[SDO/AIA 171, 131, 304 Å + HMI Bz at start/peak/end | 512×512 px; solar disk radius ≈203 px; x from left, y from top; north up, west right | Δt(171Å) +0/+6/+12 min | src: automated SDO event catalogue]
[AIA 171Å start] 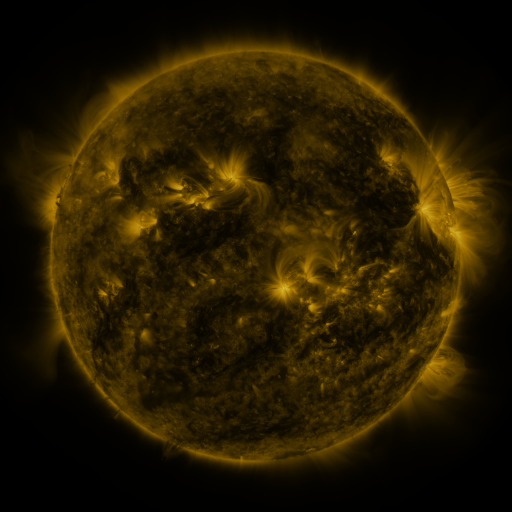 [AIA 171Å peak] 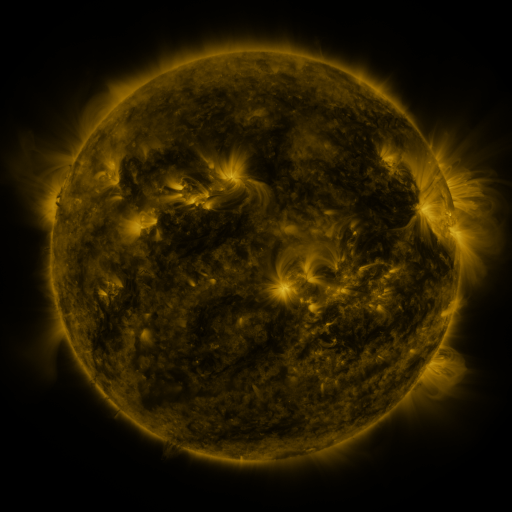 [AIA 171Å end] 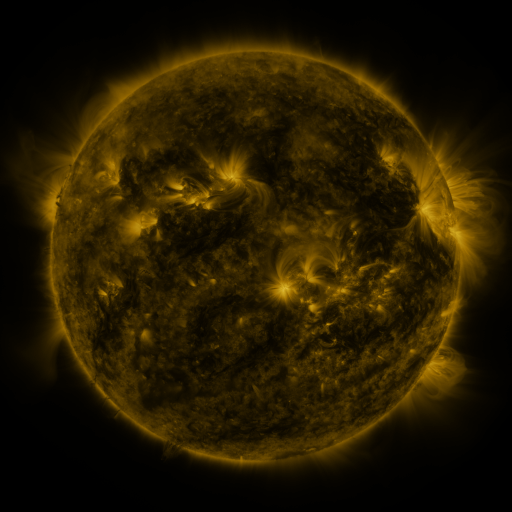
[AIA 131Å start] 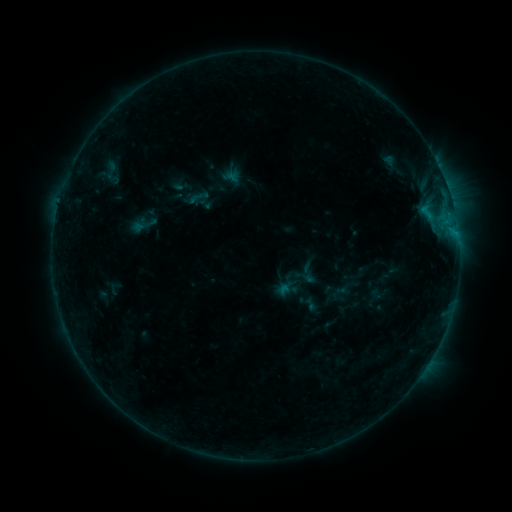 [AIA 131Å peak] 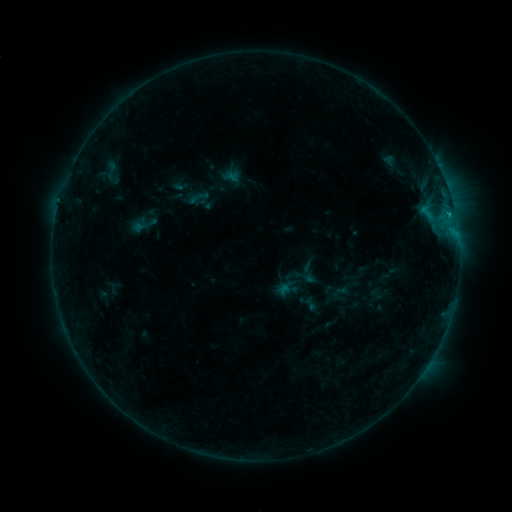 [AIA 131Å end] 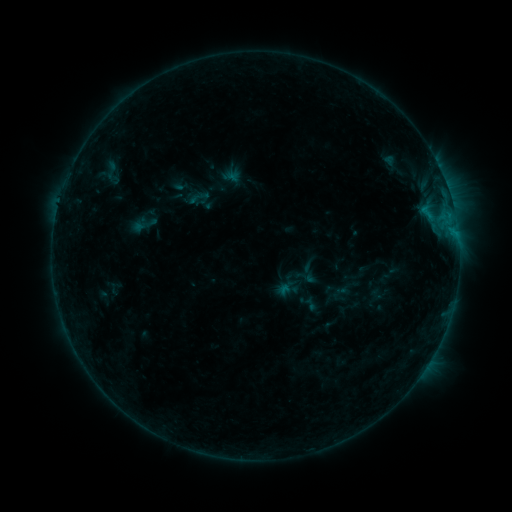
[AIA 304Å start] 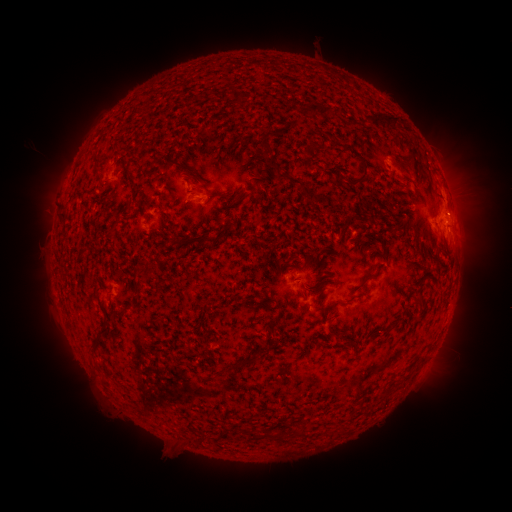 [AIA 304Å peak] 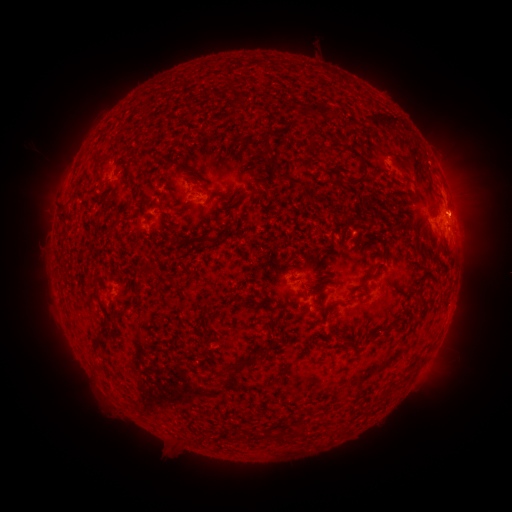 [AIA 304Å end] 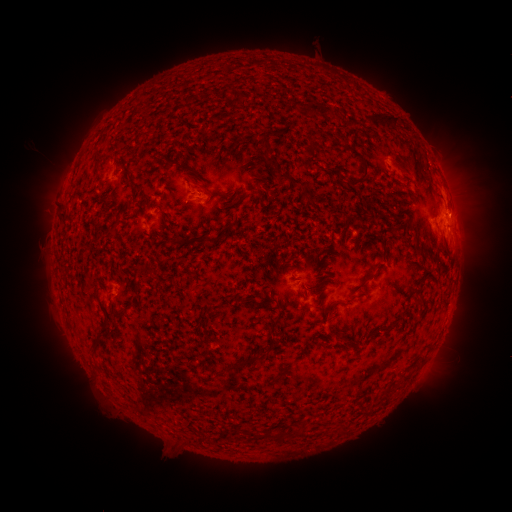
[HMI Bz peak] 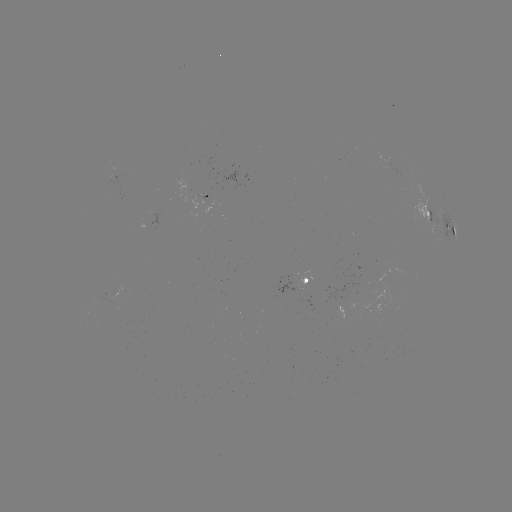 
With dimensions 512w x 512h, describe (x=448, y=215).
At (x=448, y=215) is B4.6 flare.